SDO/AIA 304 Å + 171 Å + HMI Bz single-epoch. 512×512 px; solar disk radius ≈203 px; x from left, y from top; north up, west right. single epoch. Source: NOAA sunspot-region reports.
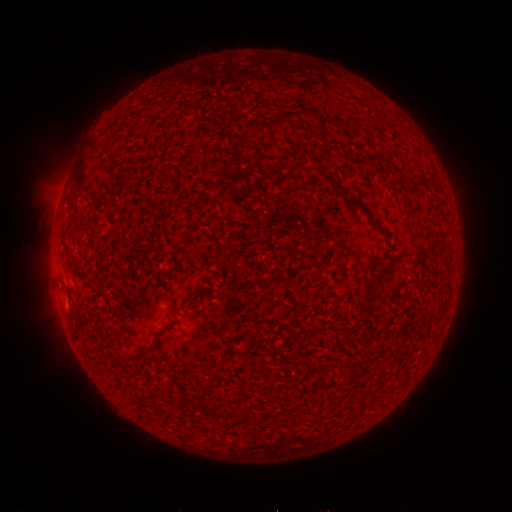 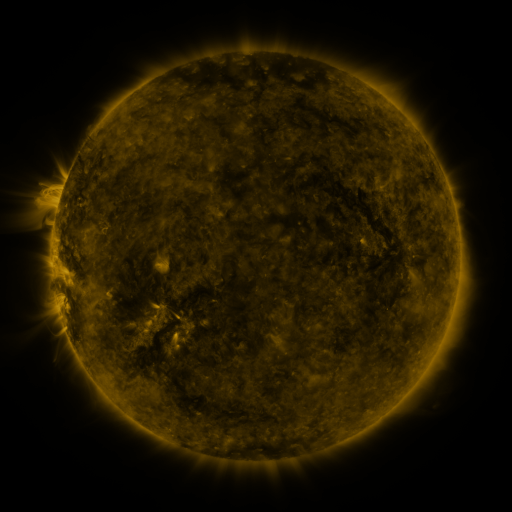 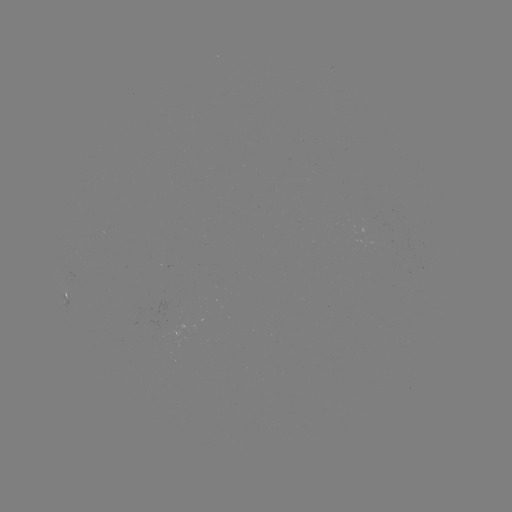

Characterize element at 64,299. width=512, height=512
spotted active region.